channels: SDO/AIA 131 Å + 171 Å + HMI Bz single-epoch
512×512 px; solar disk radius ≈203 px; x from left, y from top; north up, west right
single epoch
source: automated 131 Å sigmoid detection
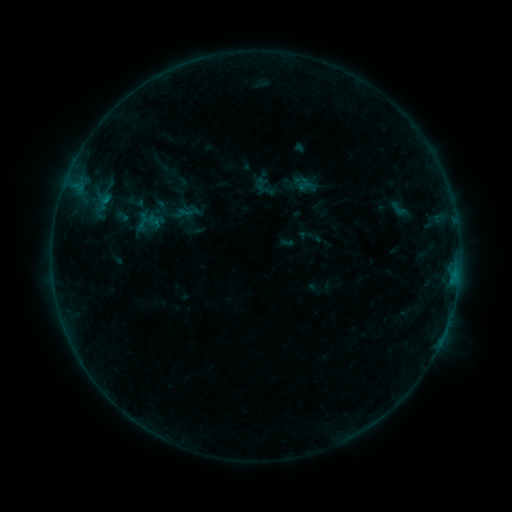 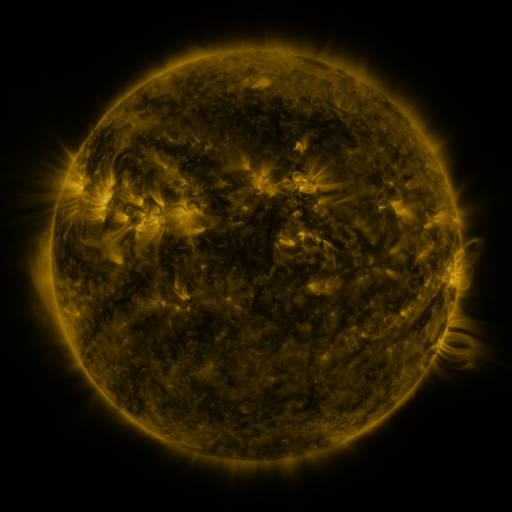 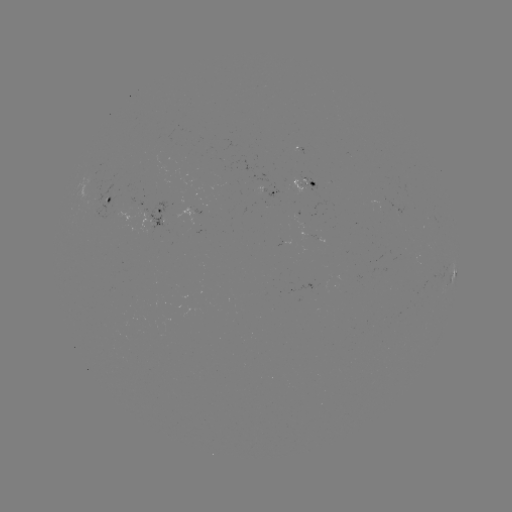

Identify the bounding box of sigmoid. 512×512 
[386, 196, 410, 221].